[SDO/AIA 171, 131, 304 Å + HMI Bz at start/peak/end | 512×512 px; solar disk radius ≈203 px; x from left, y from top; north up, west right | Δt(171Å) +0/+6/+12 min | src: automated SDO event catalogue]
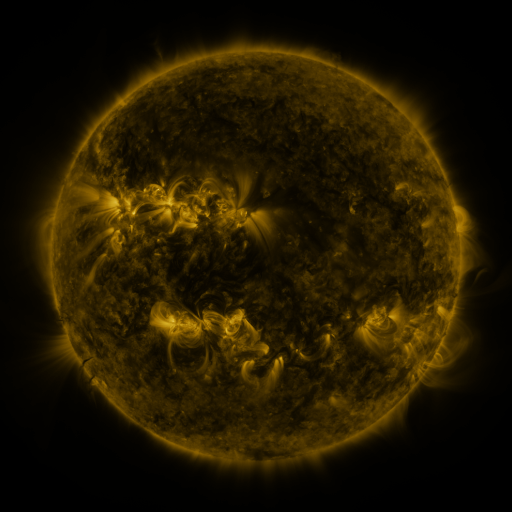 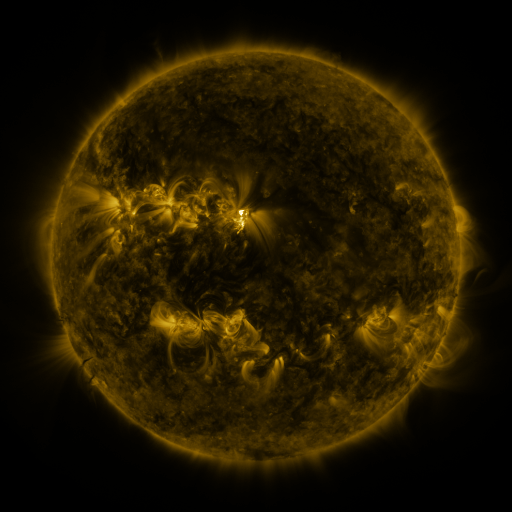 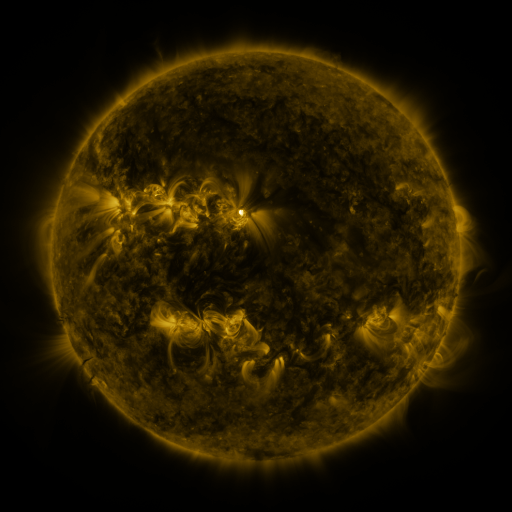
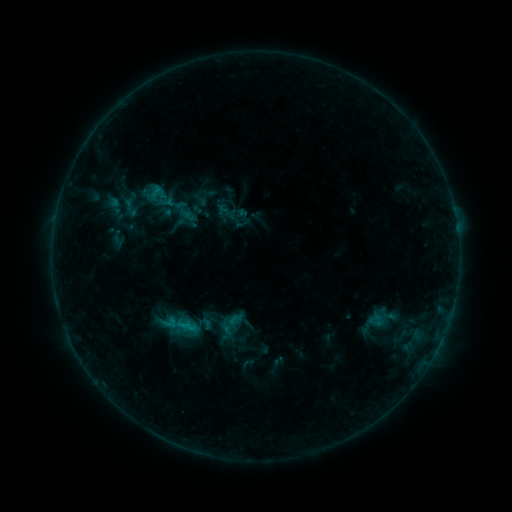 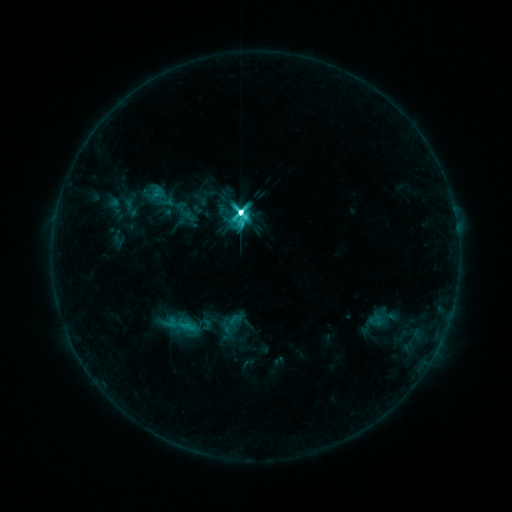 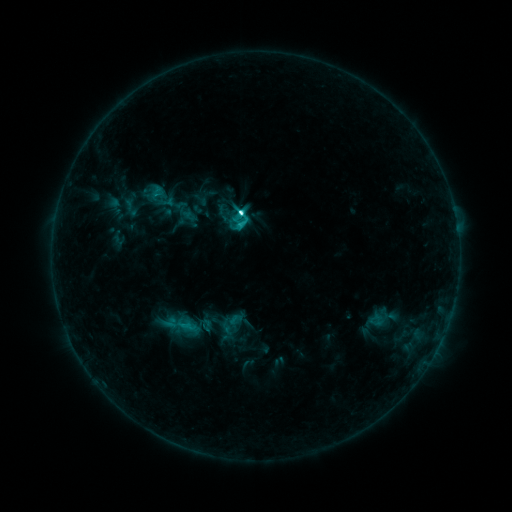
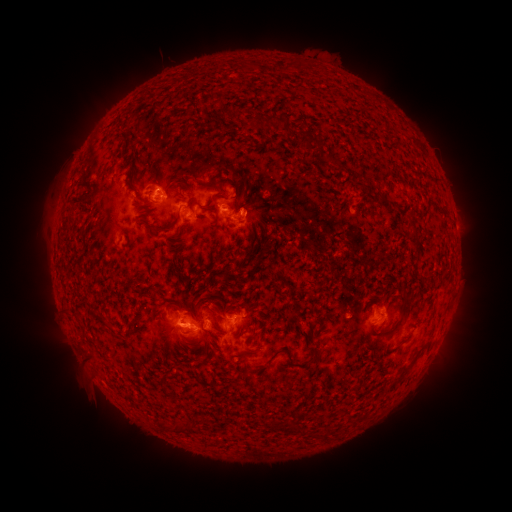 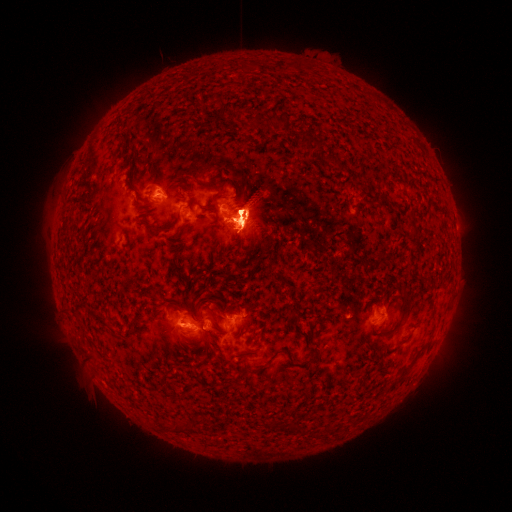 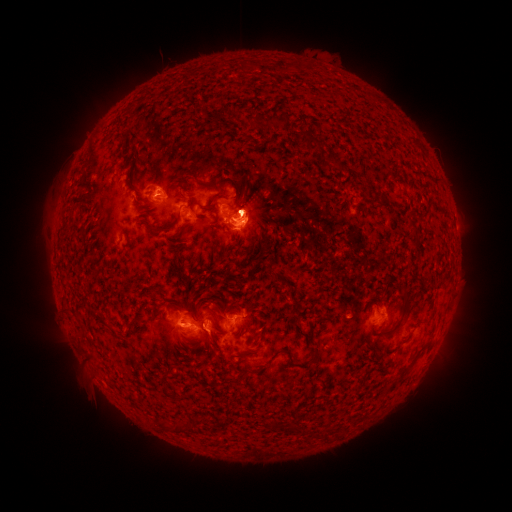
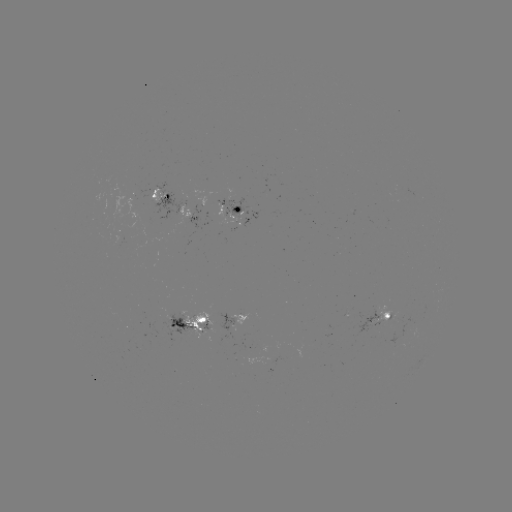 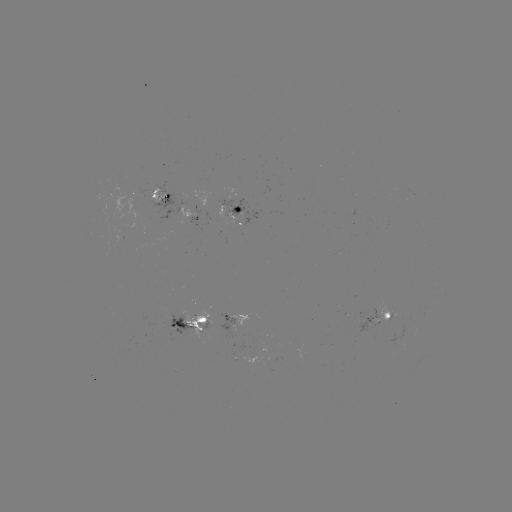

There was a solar flare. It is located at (242, 213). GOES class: M2.8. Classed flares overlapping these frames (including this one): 1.